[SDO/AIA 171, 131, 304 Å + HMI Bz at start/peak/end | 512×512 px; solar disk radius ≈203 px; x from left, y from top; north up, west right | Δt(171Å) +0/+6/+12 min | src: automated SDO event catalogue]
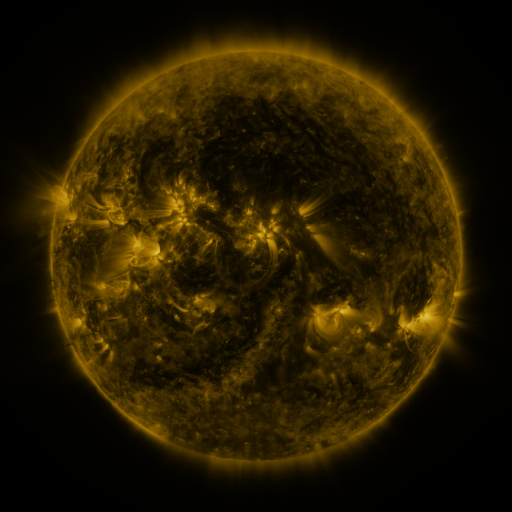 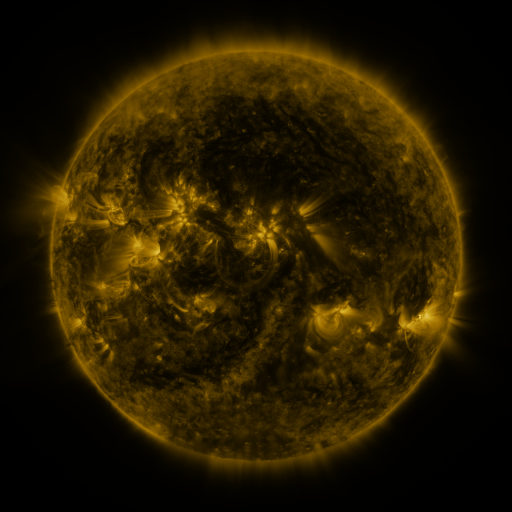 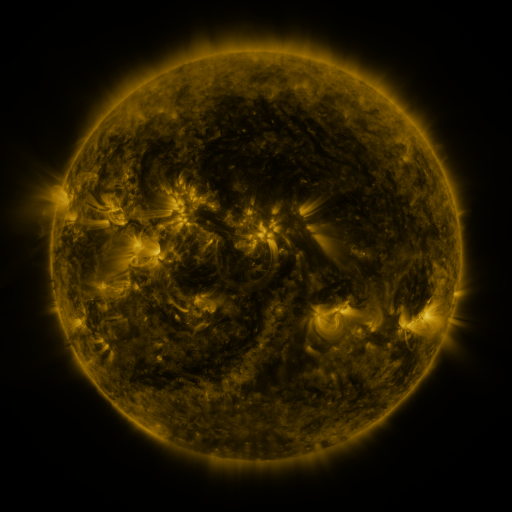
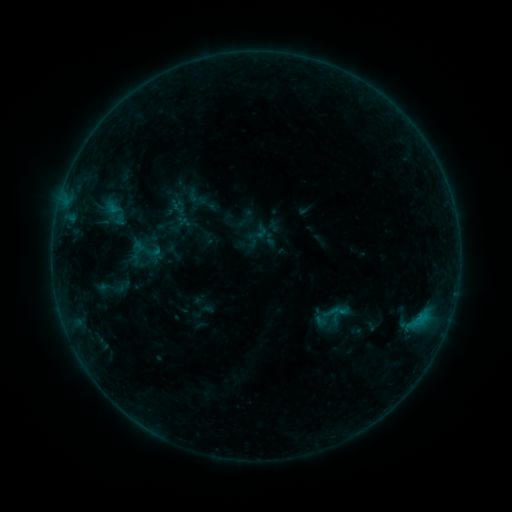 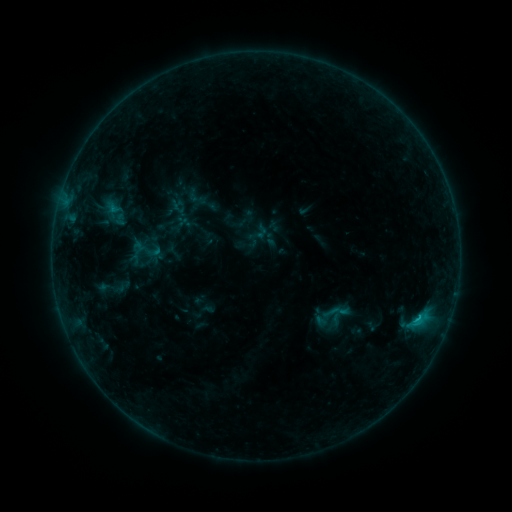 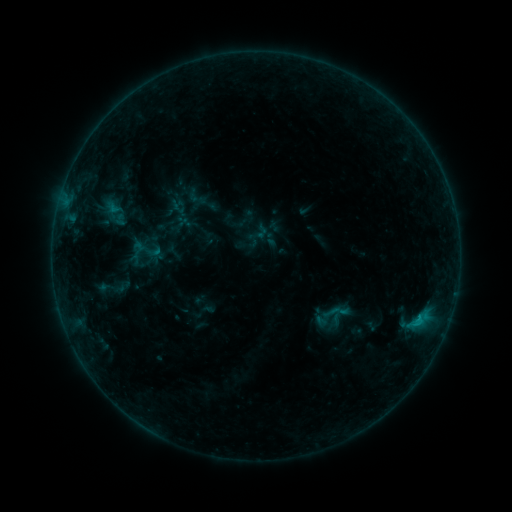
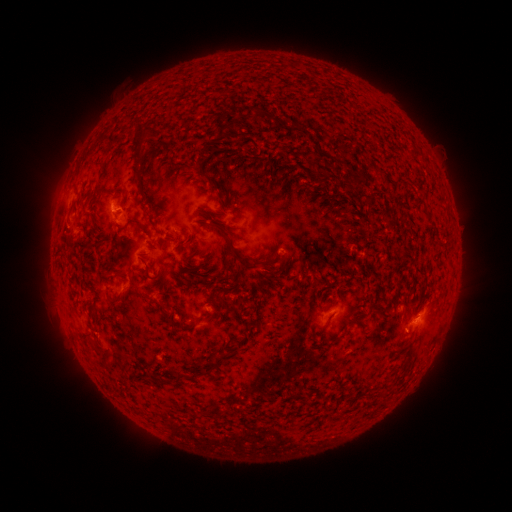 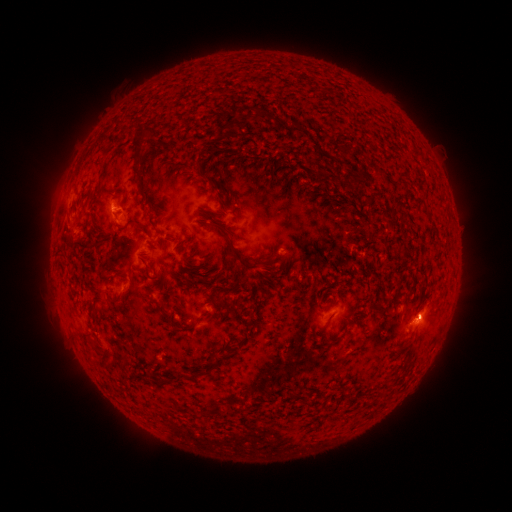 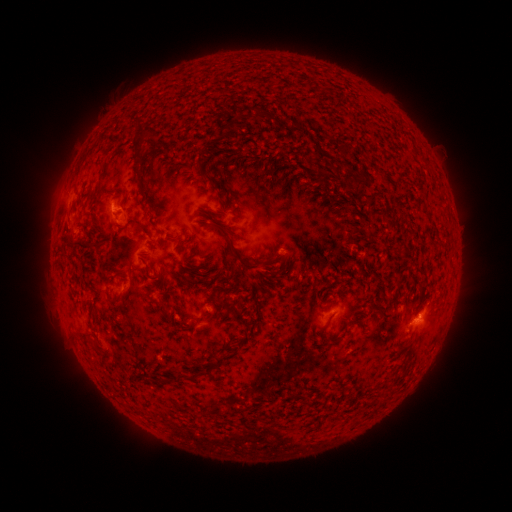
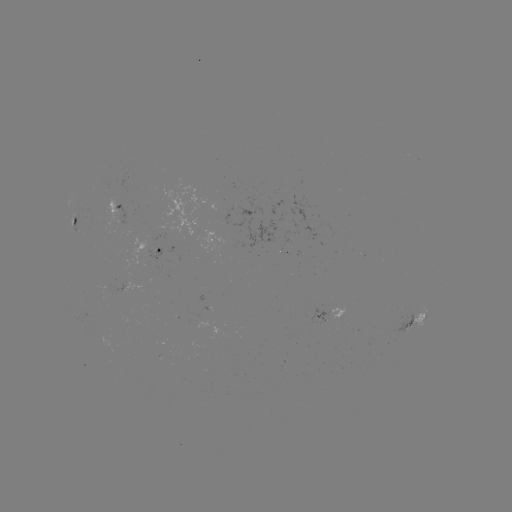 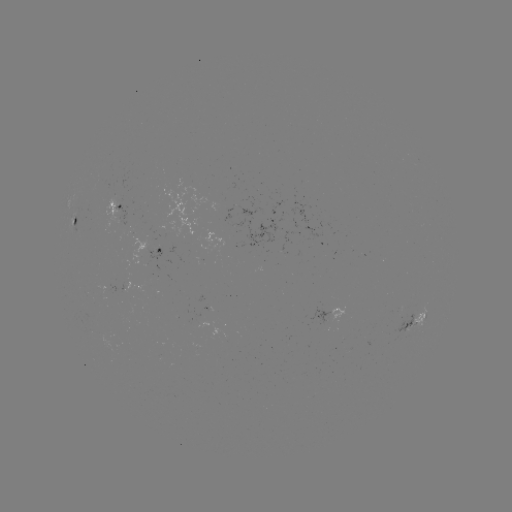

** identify B5.9 flare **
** (417, 316) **